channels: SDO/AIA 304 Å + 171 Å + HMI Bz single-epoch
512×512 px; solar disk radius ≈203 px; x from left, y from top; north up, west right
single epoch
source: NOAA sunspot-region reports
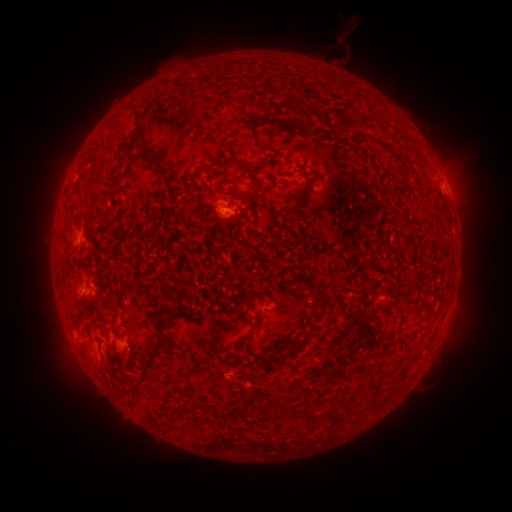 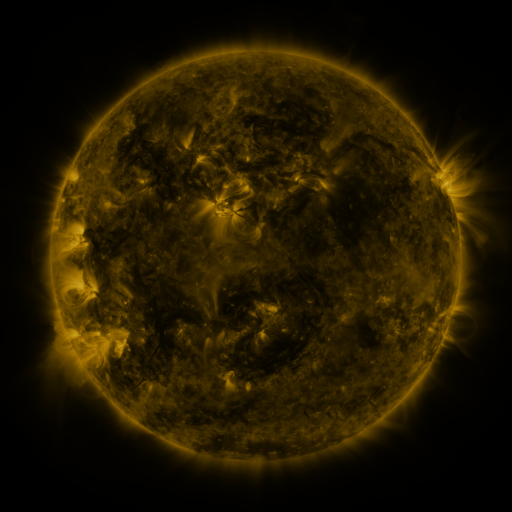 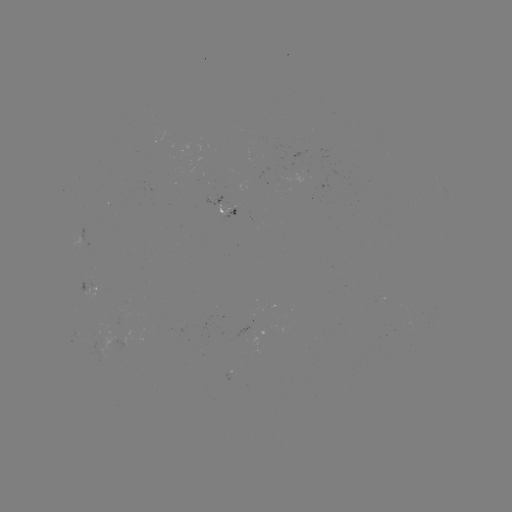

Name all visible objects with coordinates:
spotted active region: (227, 210)
spotted active region: (91, 290)
